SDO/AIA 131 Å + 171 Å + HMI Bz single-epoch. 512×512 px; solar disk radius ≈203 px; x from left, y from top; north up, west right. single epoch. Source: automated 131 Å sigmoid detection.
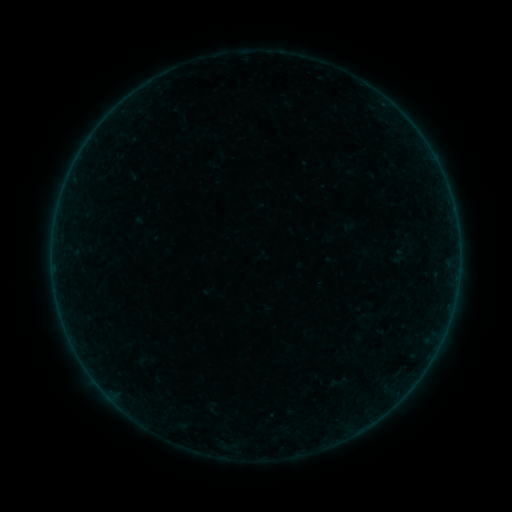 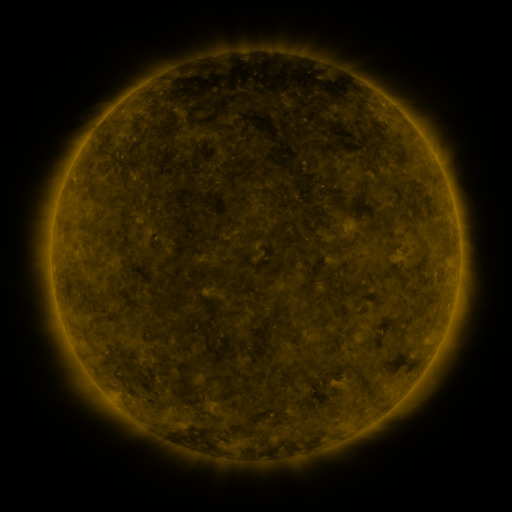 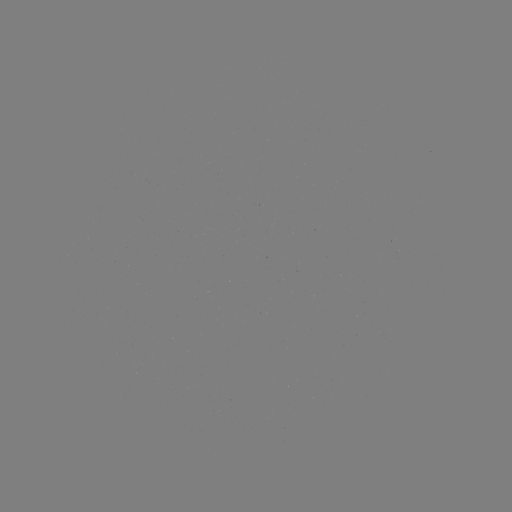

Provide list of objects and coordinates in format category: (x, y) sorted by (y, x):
sigmoid: (339, 382)
